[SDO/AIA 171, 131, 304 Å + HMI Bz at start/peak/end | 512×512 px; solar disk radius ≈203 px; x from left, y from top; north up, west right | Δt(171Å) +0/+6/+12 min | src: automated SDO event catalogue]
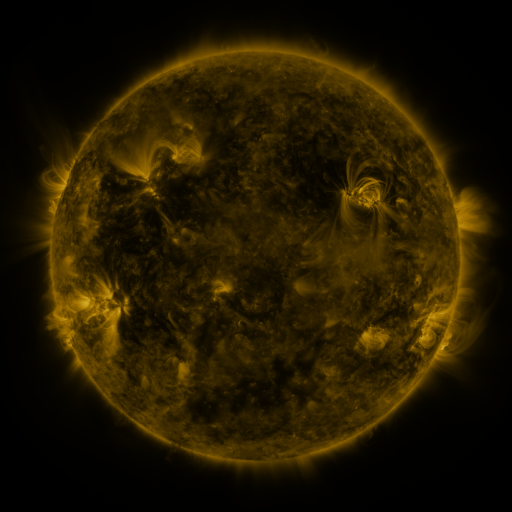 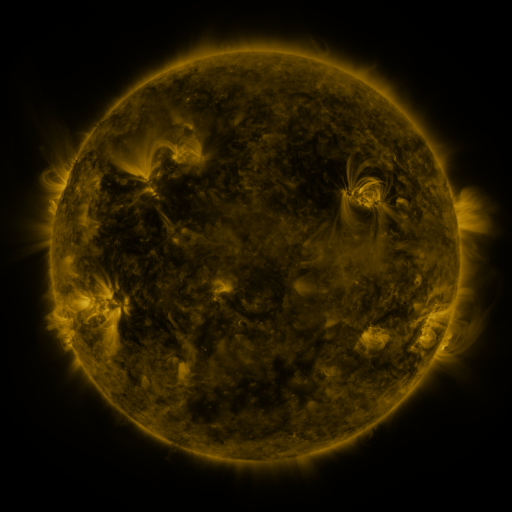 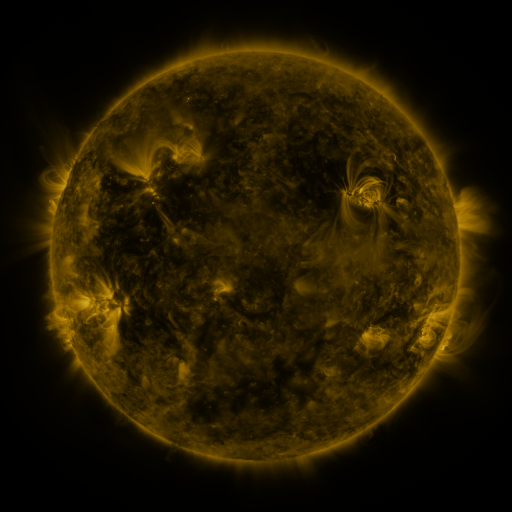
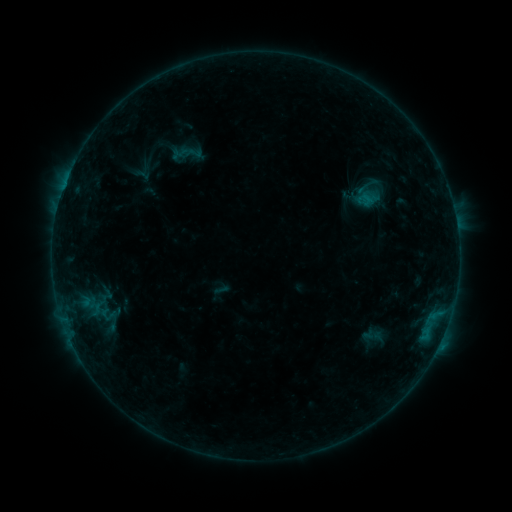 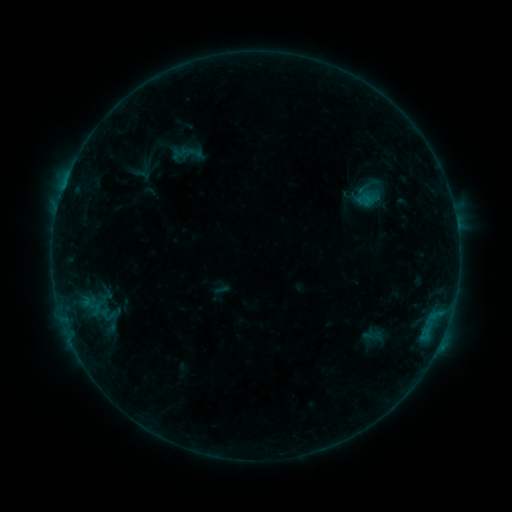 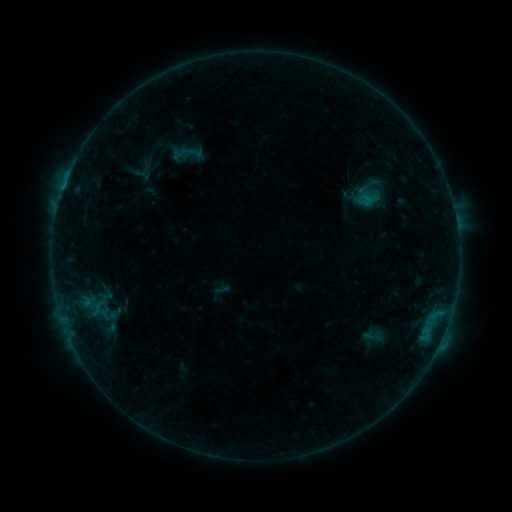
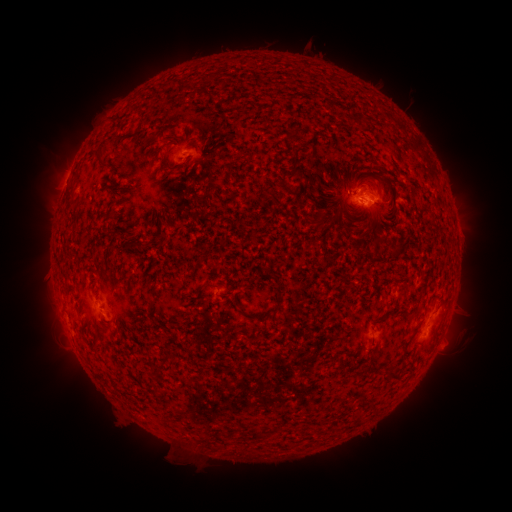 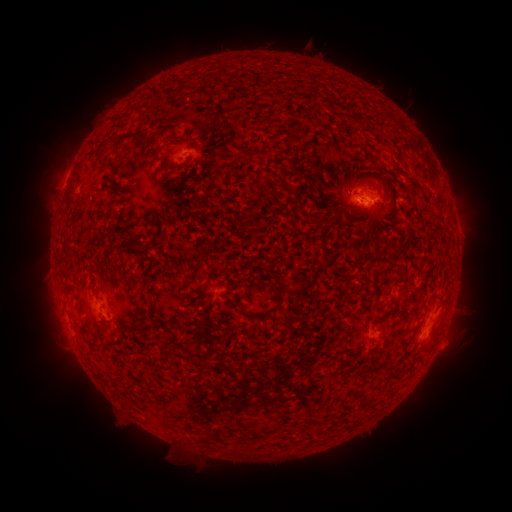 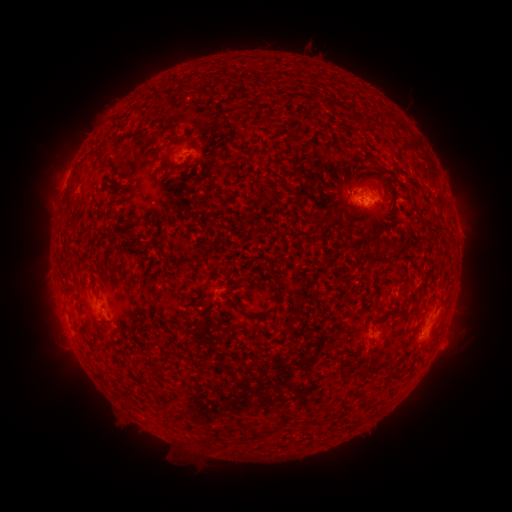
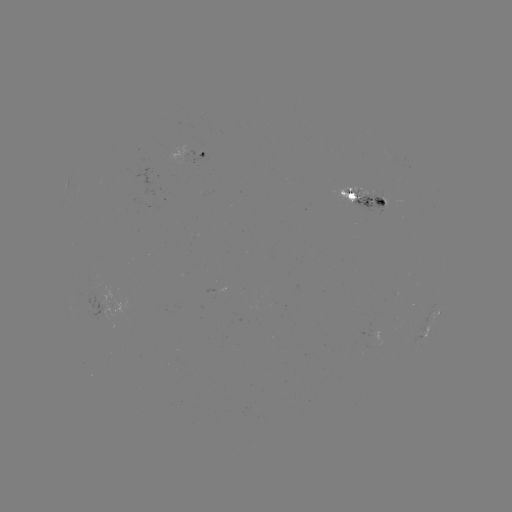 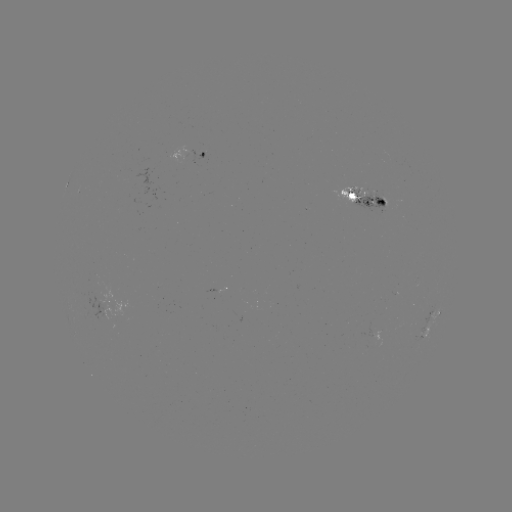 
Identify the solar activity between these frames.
no classed flare was catalogued and no EUV brightening was flagged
